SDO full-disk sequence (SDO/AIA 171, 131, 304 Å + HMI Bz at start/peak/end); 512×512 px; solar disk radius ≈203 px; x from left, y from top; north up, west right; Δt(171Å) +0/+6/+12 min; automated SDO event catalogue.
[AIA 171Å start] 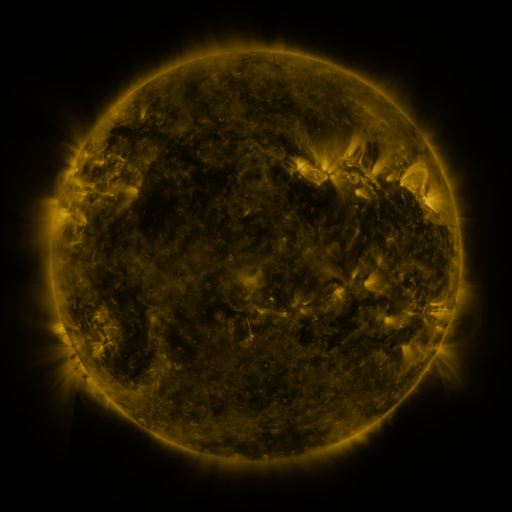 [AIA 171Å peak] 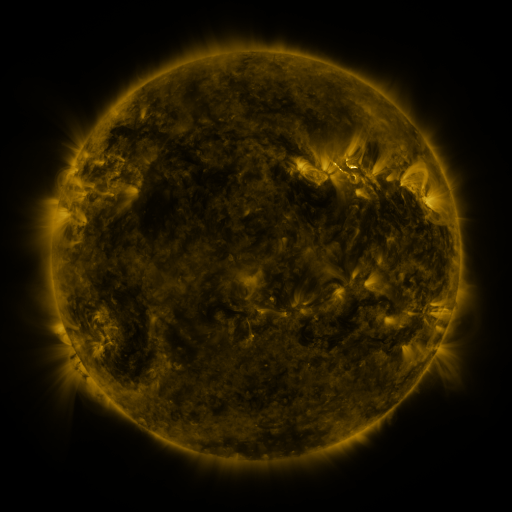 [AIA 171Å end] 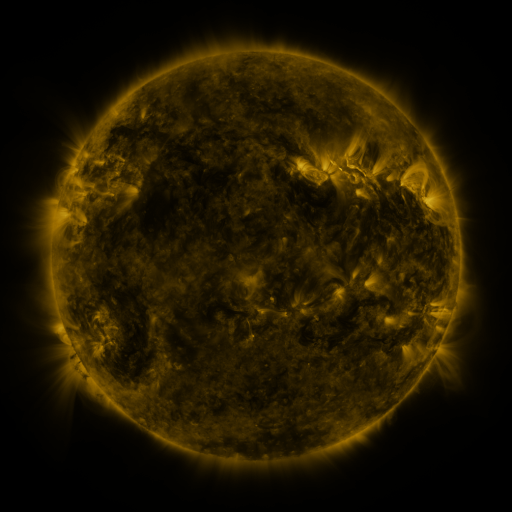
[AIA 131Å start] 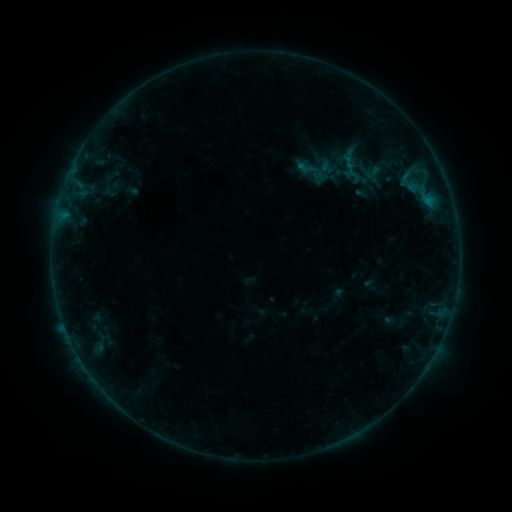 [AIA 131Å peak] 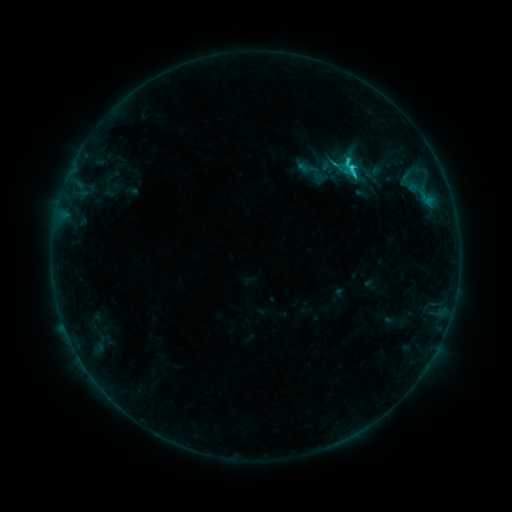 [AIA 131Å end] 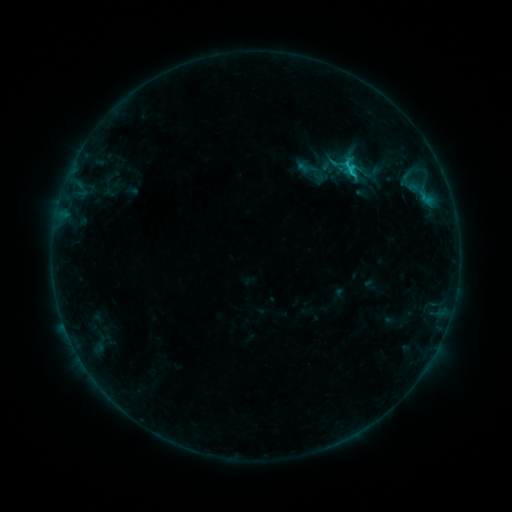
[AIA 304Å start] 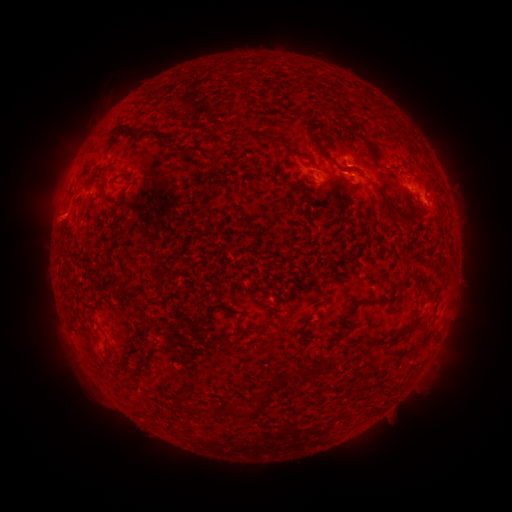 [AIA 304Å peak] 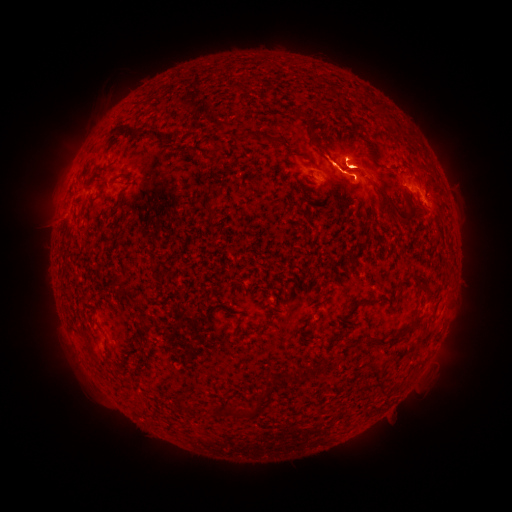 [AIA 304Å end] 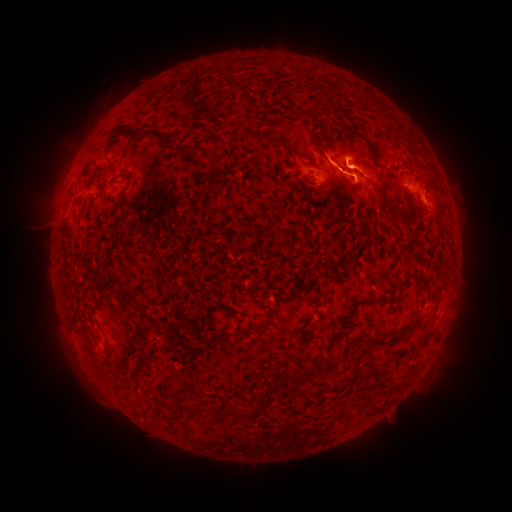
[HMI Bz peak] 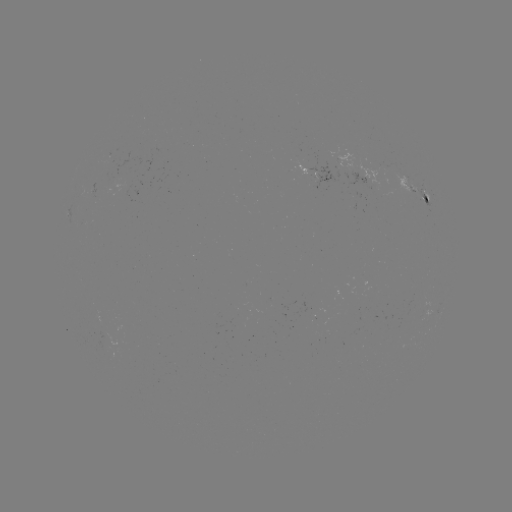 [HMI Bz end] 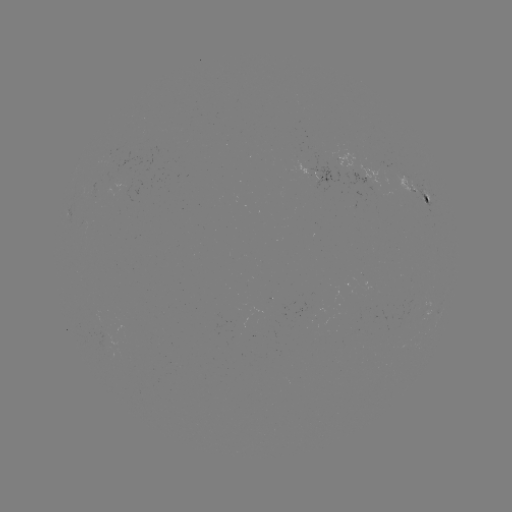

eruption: (30, 112, 106, 236)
